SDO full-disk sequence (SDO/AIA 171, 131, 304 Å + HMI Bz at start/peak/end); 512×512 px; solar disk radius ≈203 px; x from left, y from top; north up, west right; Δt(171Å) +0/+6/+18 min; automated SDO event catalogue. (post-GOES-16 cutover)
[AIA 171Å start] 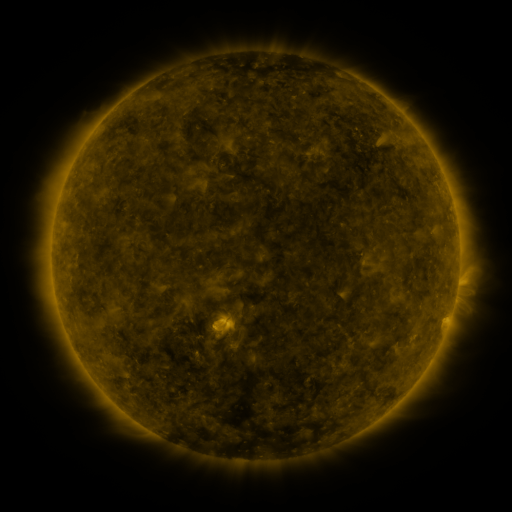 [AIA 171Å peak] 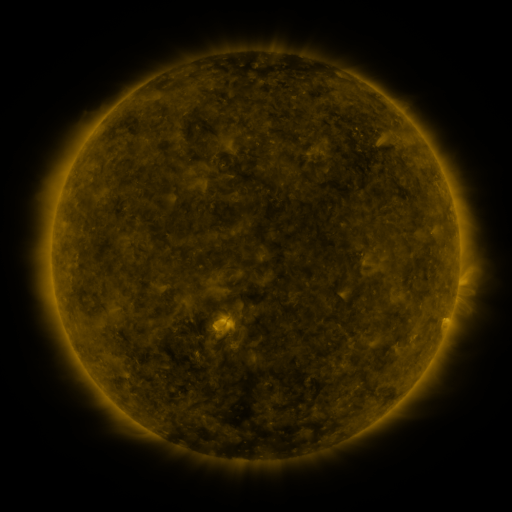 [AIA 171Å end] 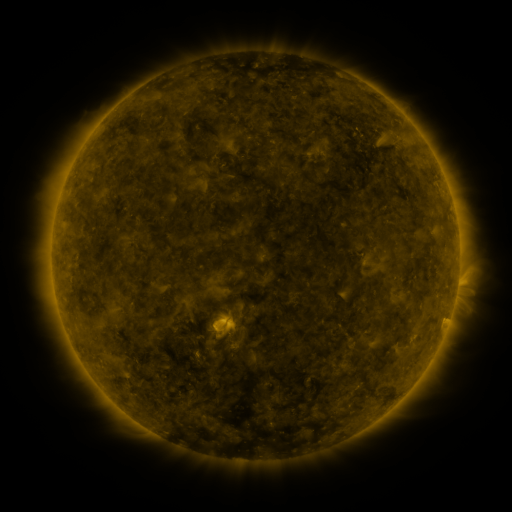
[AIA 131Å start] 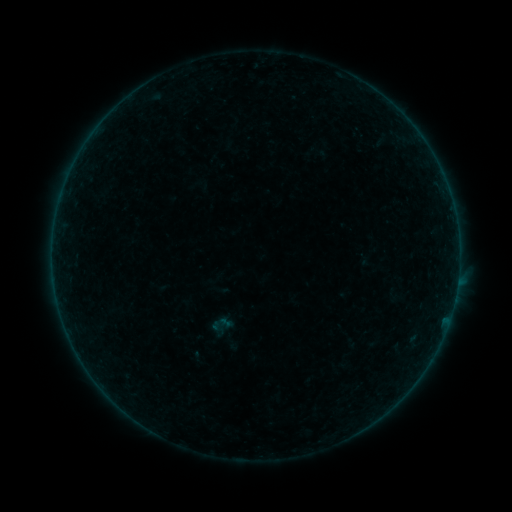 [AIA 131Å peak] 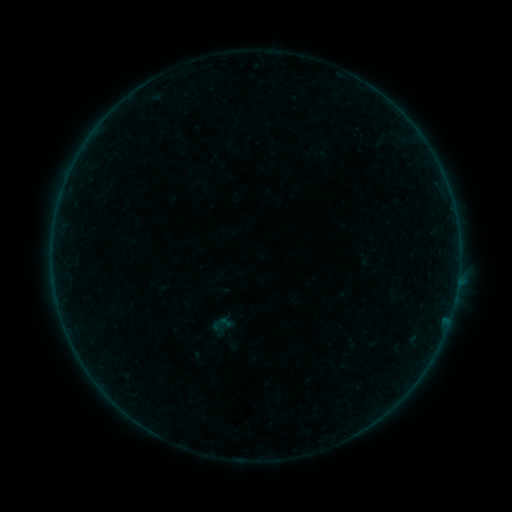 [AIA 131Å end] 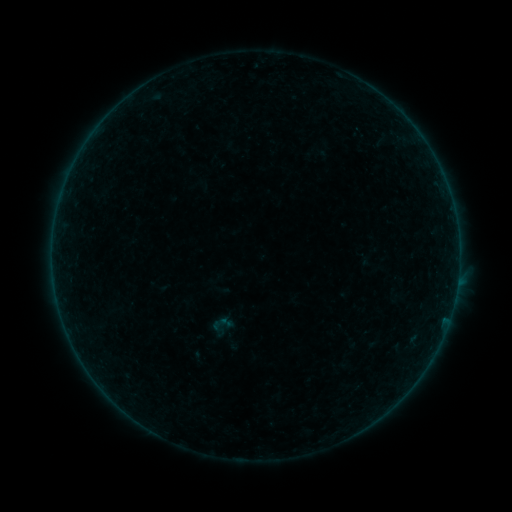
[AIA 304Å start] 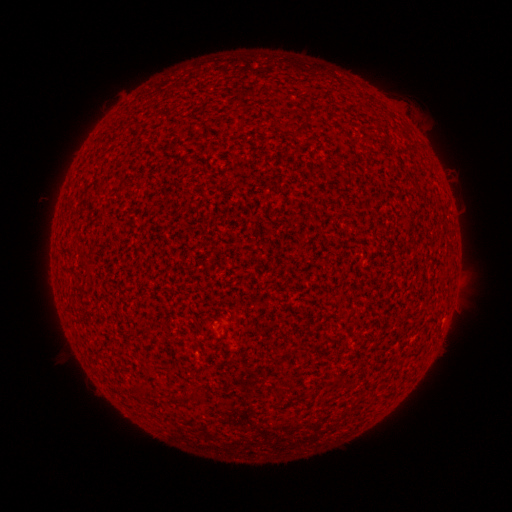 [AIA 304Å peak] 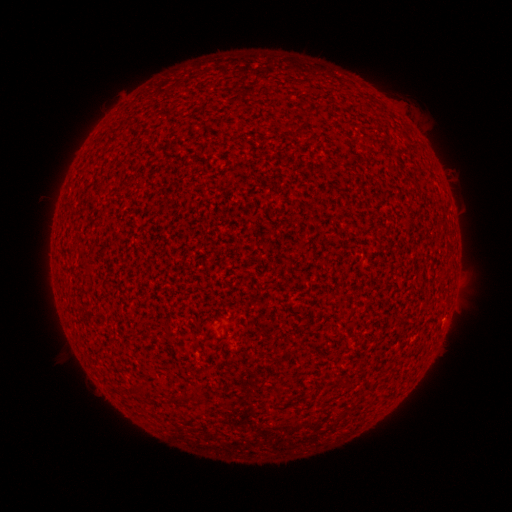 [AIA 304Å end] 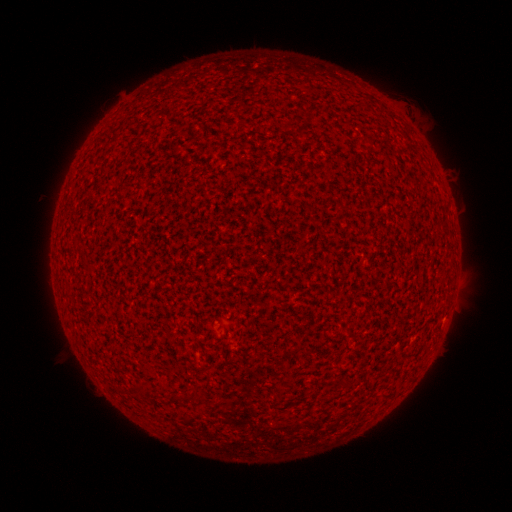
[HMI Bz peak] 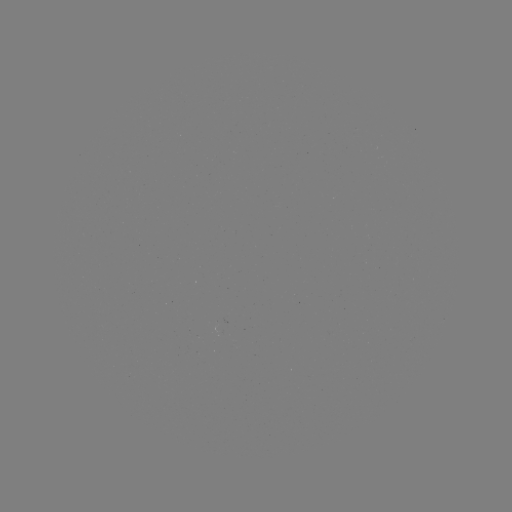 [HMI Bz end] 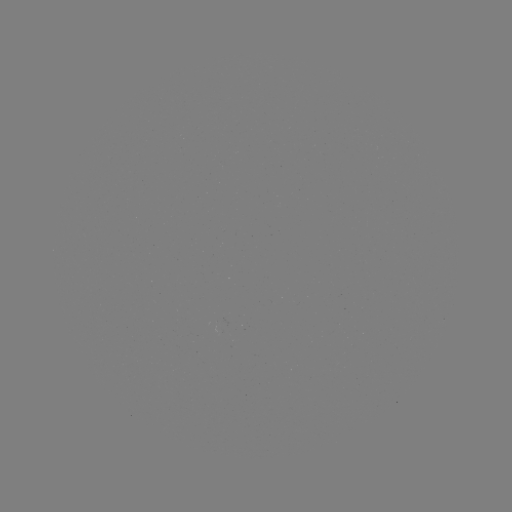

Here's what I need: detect A1.7 flare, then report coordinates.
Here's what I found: A1.7 flare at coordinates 444,315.